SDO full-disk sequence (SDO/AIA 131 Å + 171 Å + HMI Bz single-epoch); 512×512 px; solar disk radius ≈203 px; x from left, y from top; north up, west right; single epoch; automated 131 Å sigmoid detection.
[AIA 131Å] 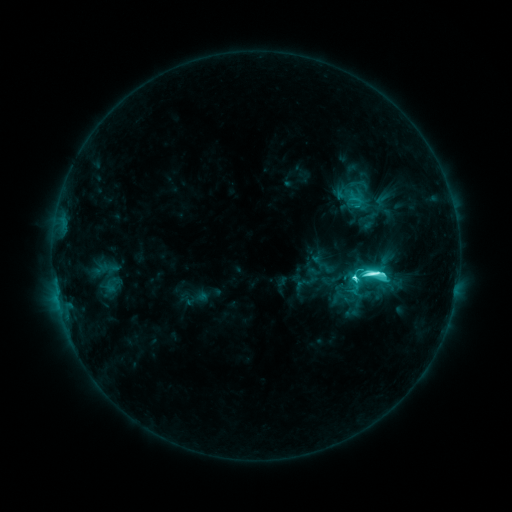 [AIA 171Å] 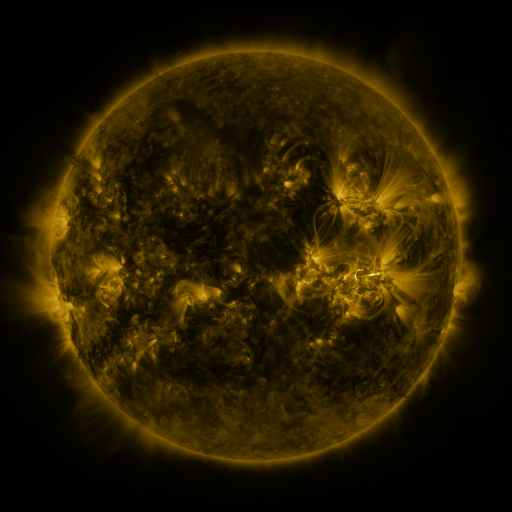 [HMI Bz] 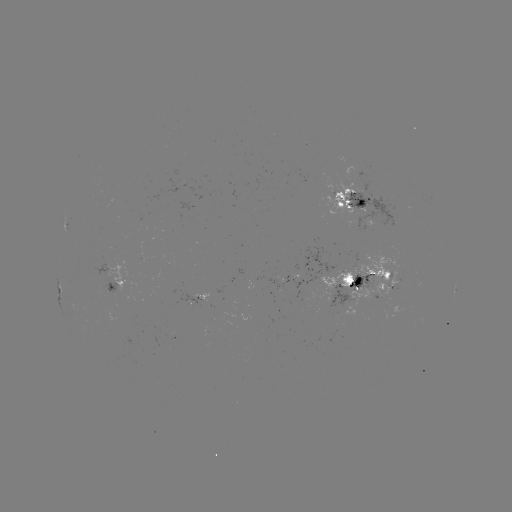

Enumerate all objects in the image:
sigmoid: (376, 275)
